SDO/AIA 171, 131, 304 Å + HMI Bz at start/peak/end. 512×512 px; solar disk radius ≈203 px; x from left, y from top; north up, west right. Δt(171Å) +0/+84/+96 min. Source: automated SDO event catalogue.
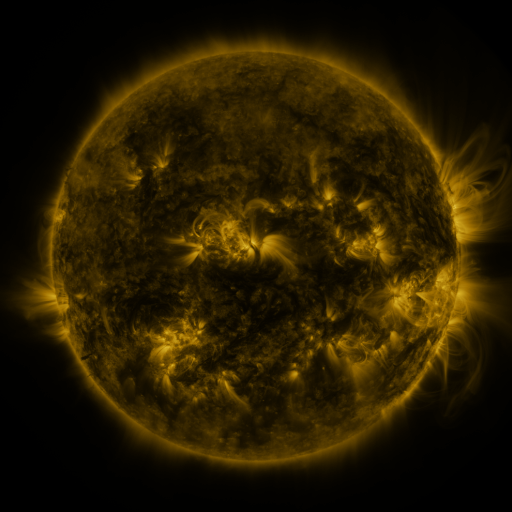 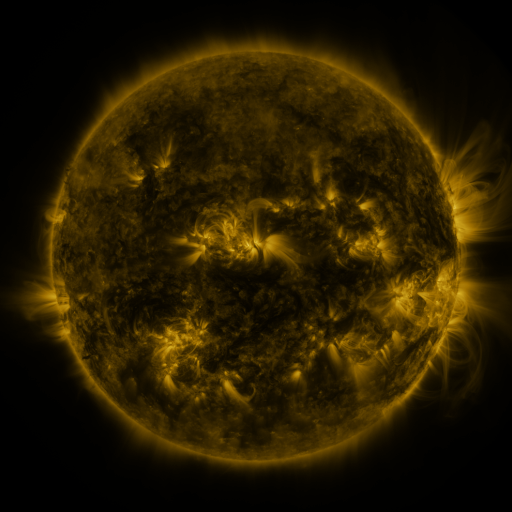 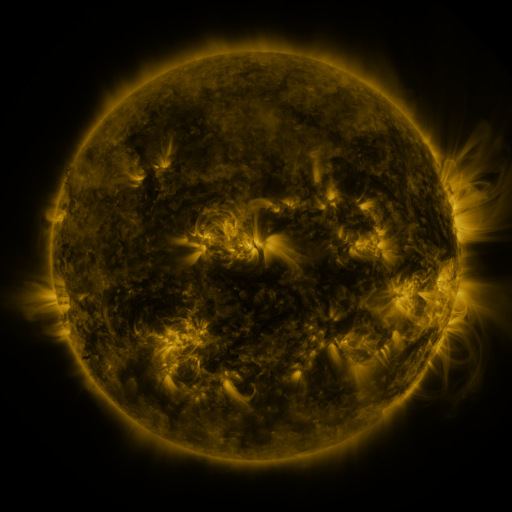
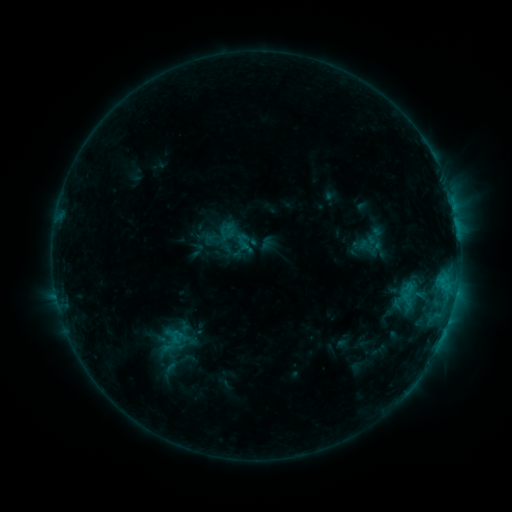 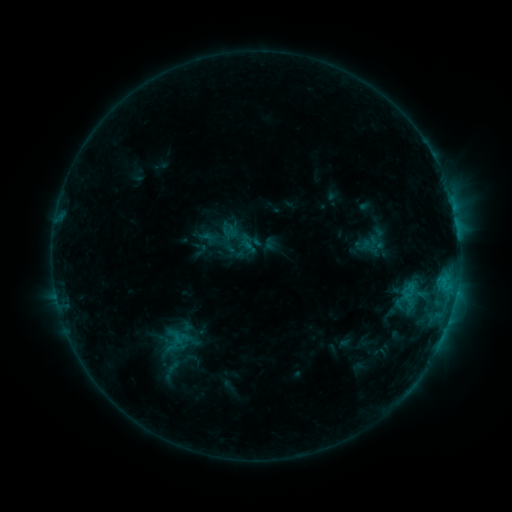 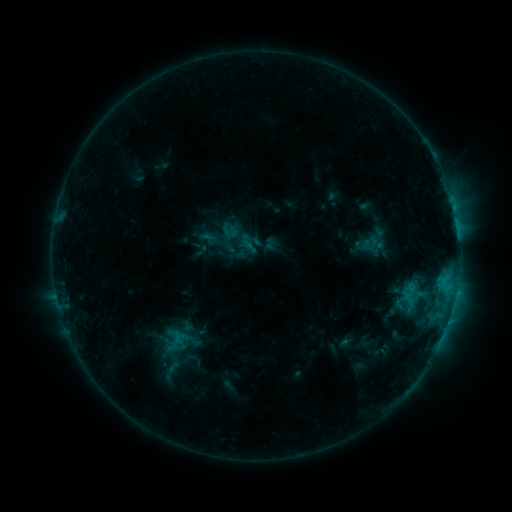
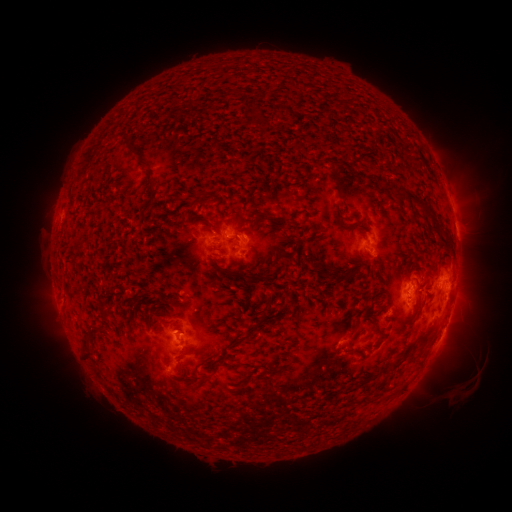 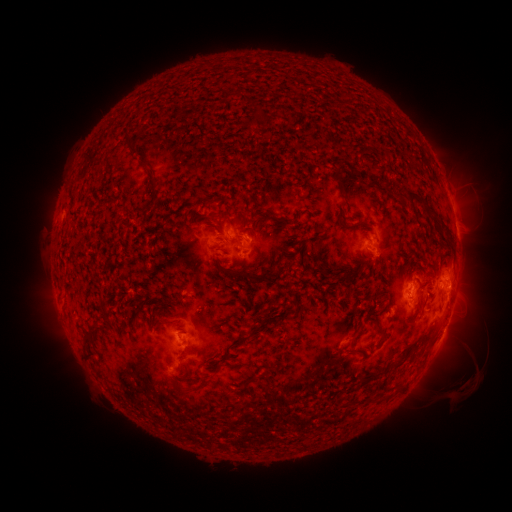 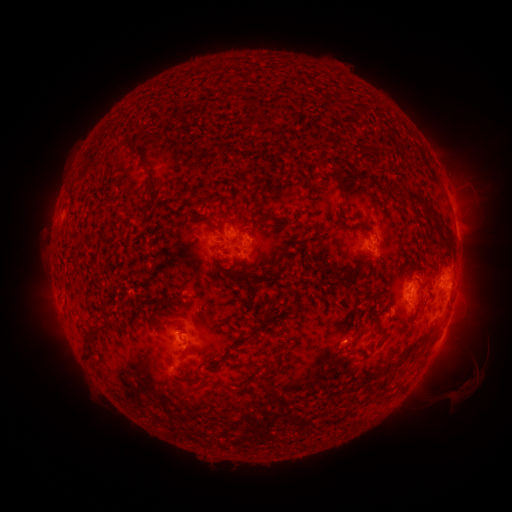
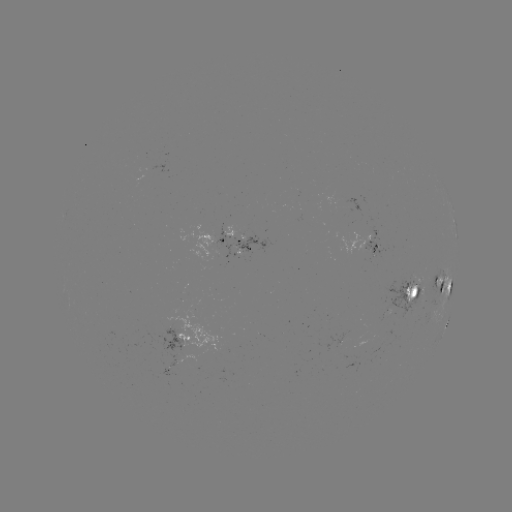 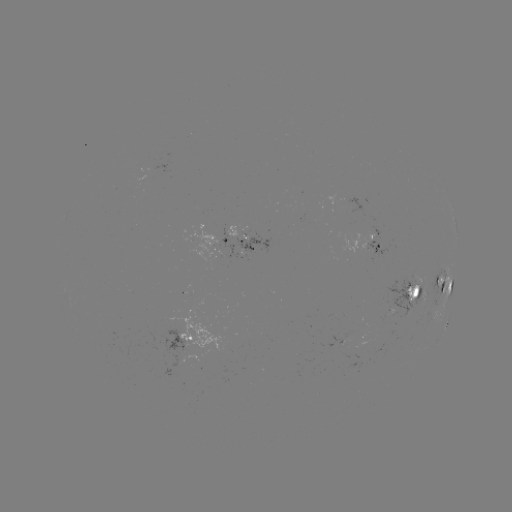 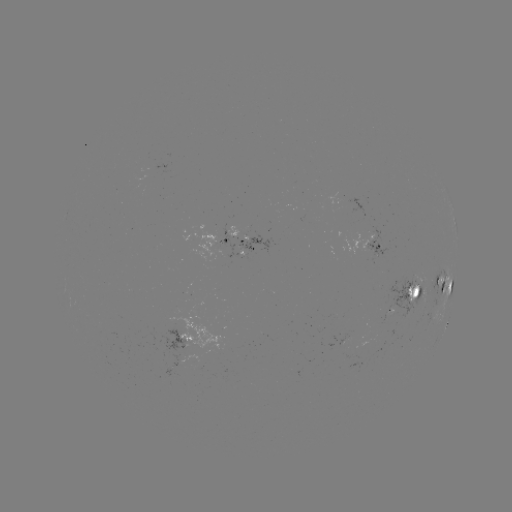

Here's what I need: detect emerging-flux region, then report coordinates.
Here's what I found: emerging-flux region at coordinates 416,292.